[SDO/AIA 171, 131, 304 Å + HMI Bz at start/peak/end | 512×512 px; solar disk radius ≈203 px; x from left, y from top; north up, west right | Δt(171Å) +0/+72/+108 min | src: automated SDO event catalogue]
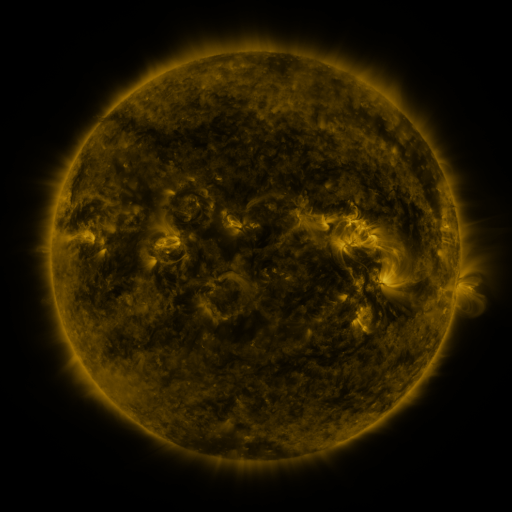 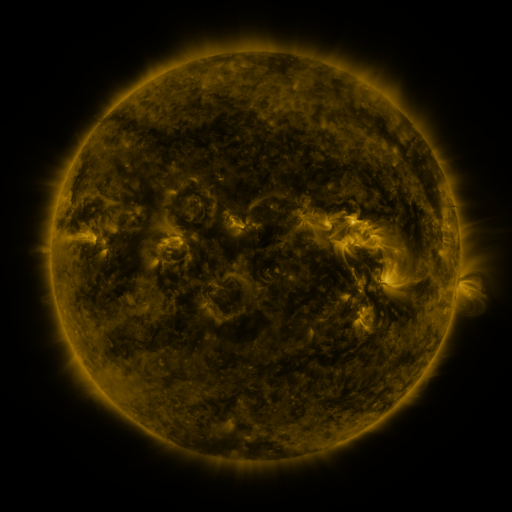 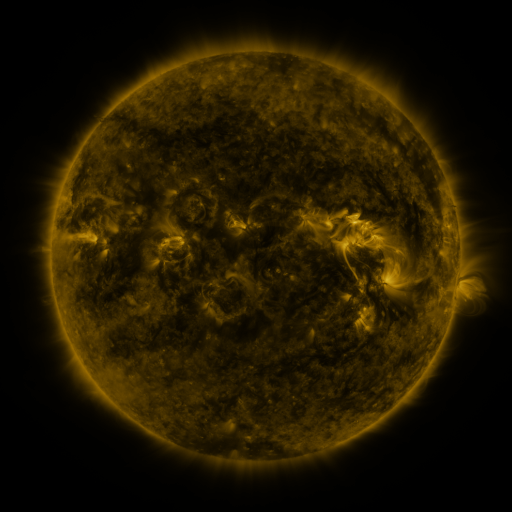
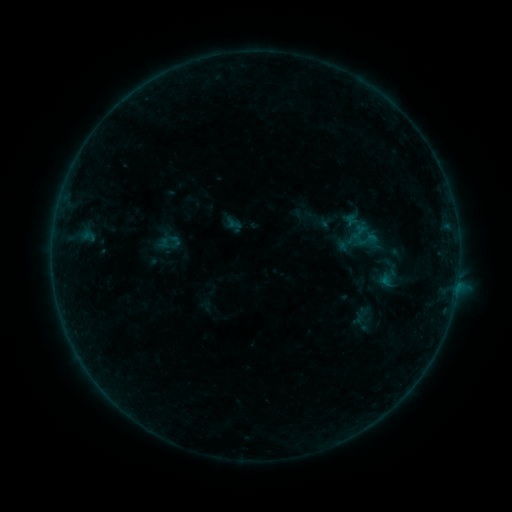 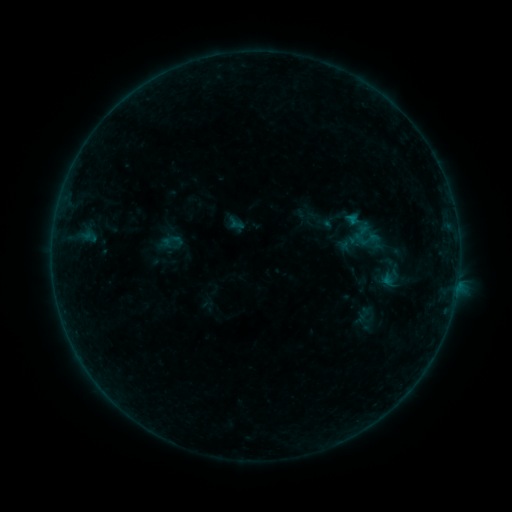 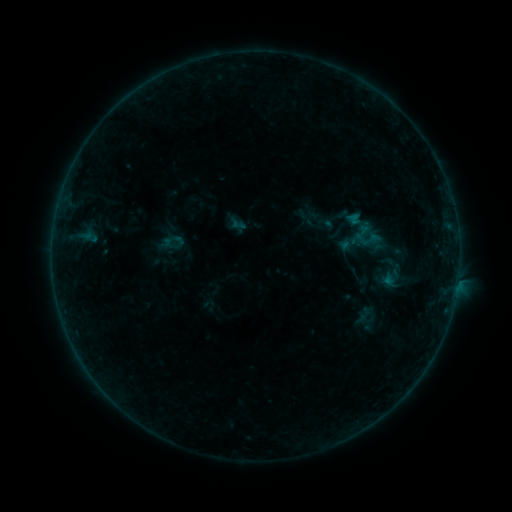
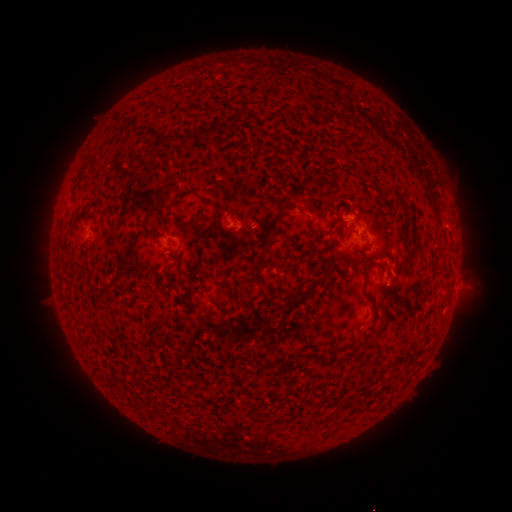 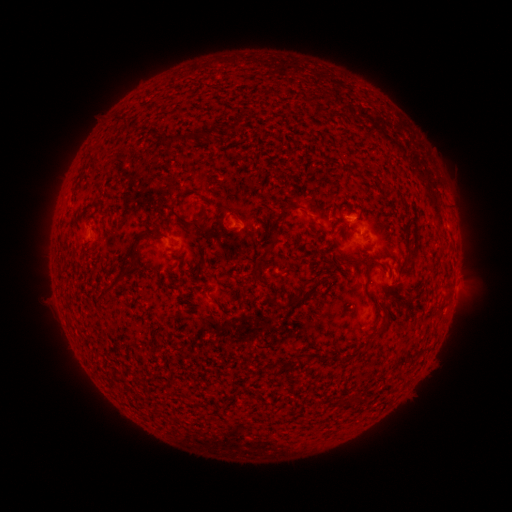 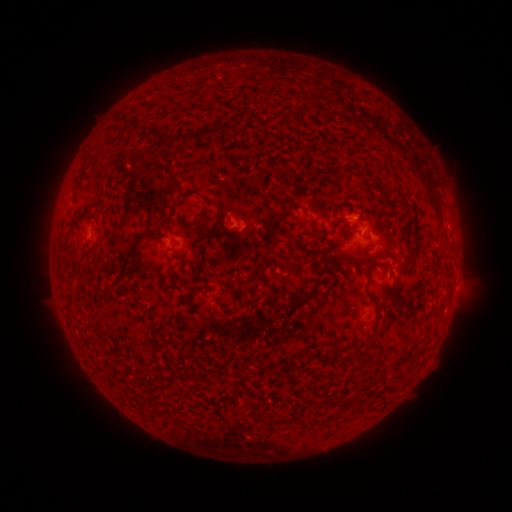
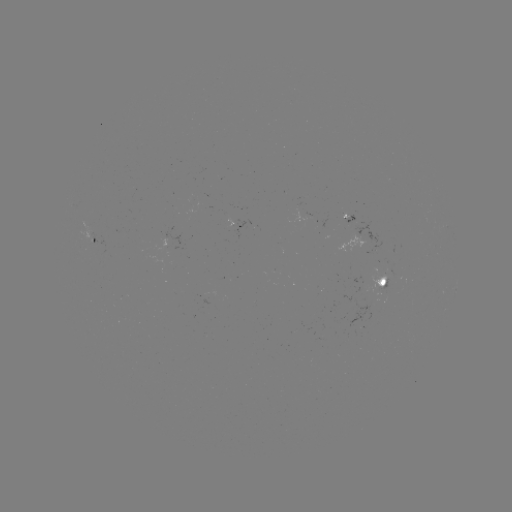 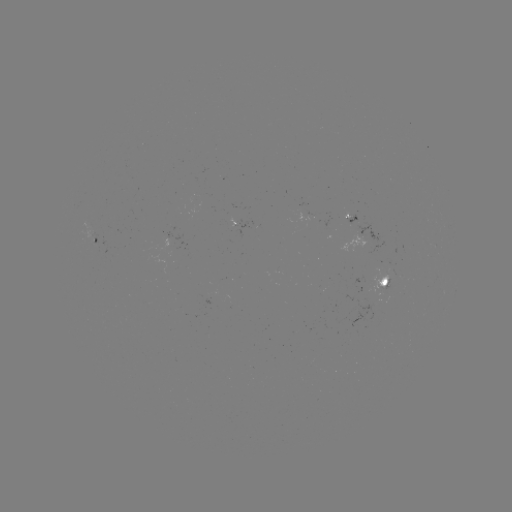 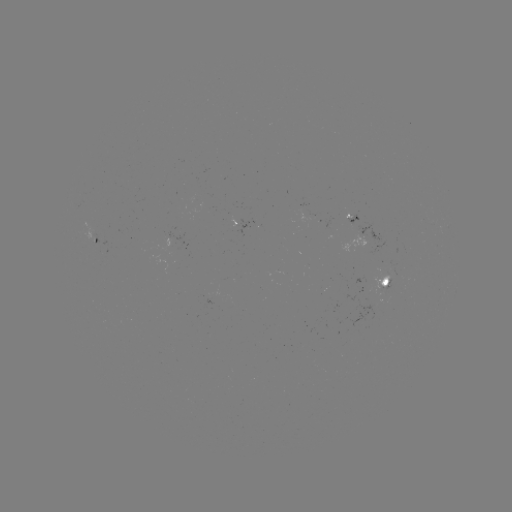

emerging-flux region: (228, 216, 236, 226)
